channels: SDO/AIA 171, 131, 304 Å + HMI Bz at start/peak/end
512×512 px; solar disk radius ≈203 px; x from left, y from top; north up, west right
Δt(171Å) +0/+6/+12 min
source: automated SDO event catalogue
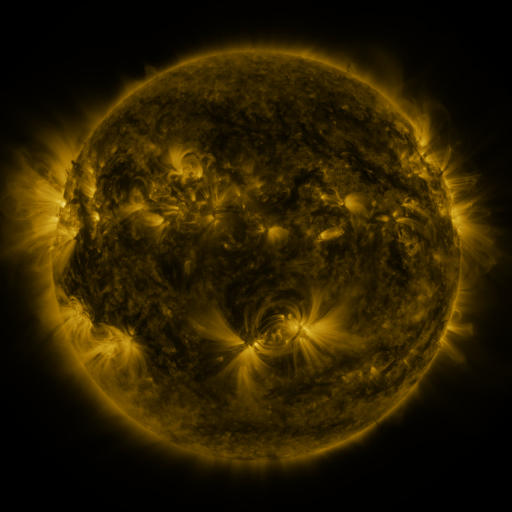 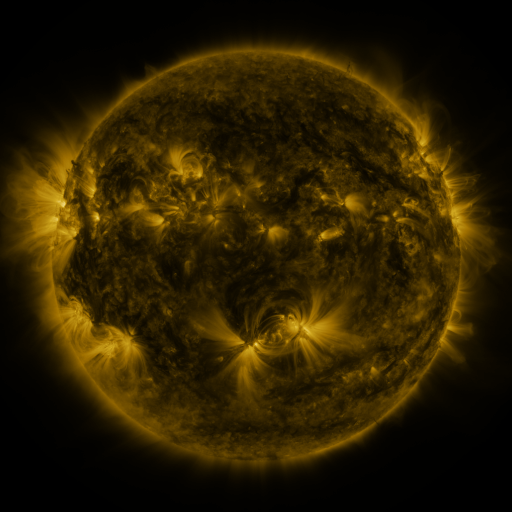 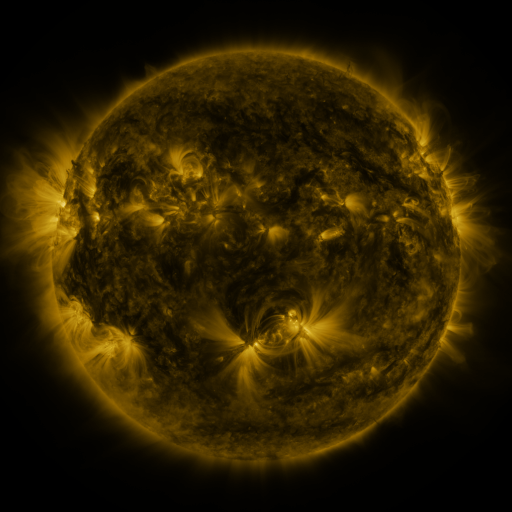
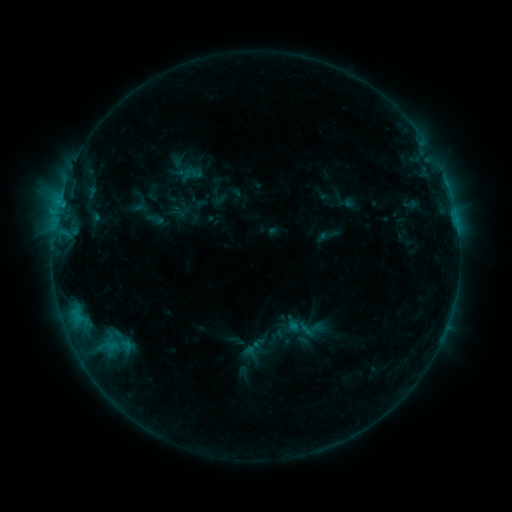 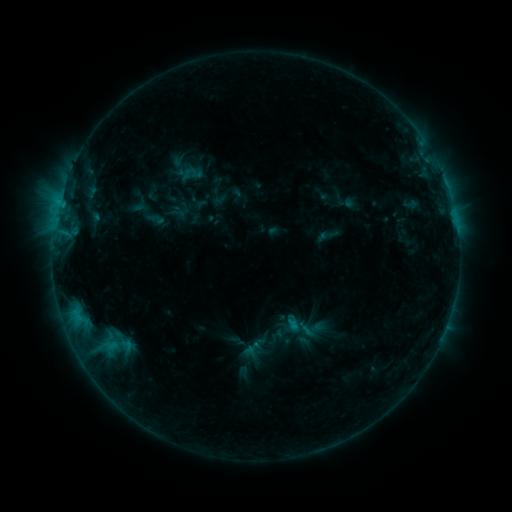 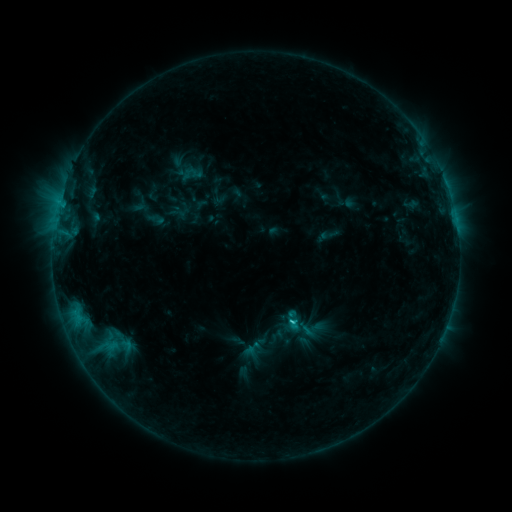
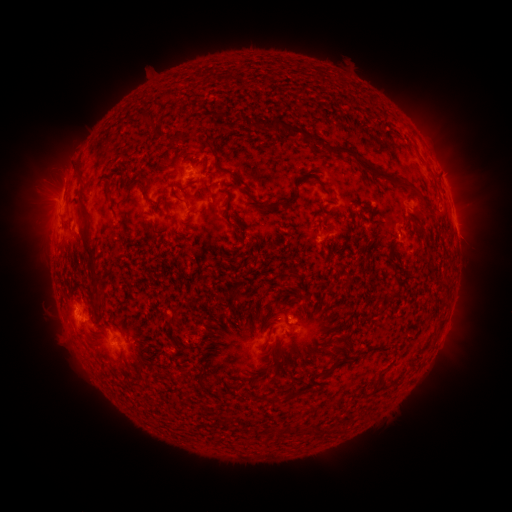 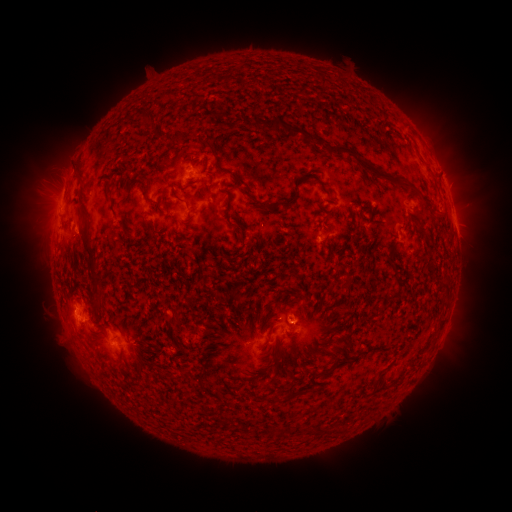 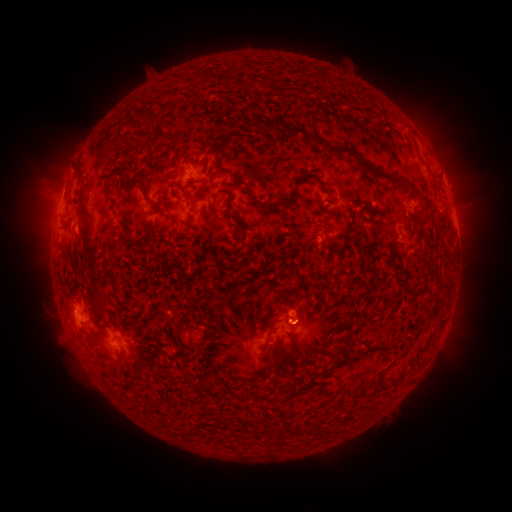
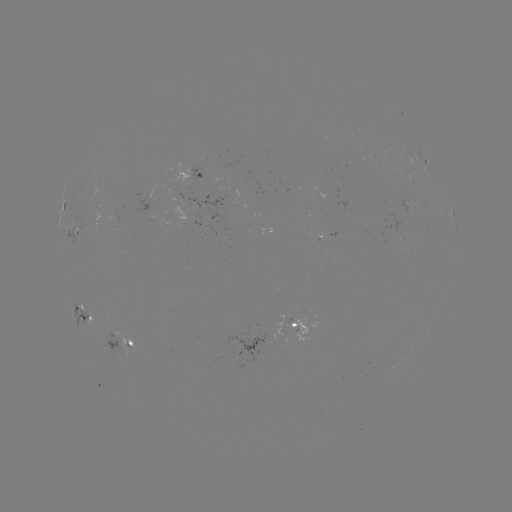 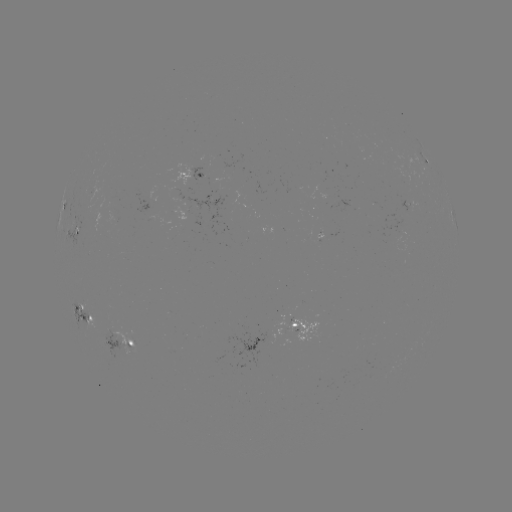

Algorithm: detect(eruption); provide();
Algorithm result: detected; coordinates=(299, 321)